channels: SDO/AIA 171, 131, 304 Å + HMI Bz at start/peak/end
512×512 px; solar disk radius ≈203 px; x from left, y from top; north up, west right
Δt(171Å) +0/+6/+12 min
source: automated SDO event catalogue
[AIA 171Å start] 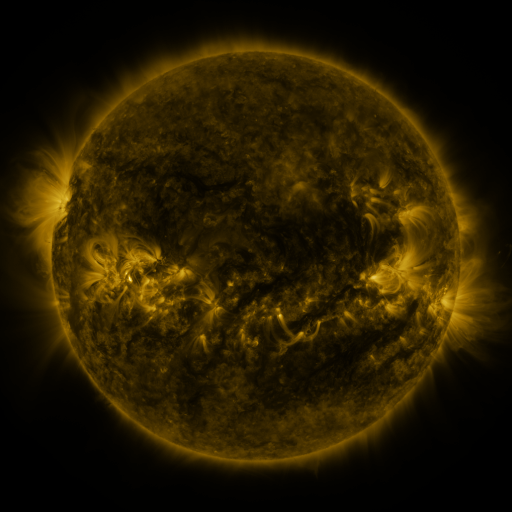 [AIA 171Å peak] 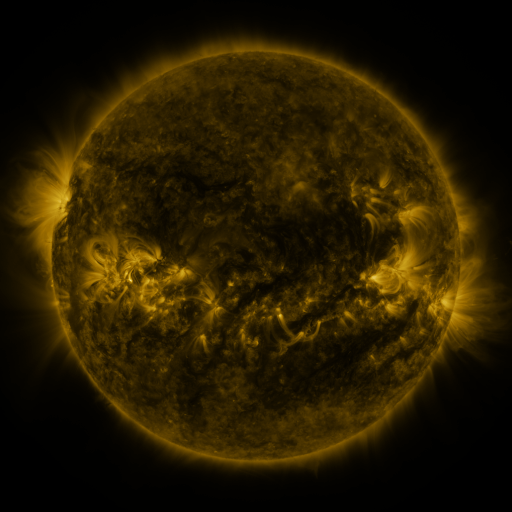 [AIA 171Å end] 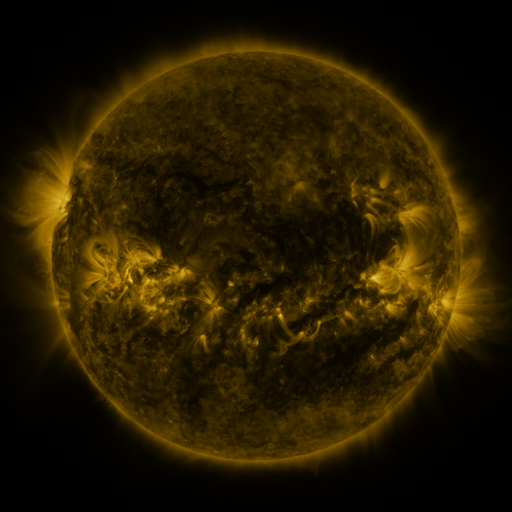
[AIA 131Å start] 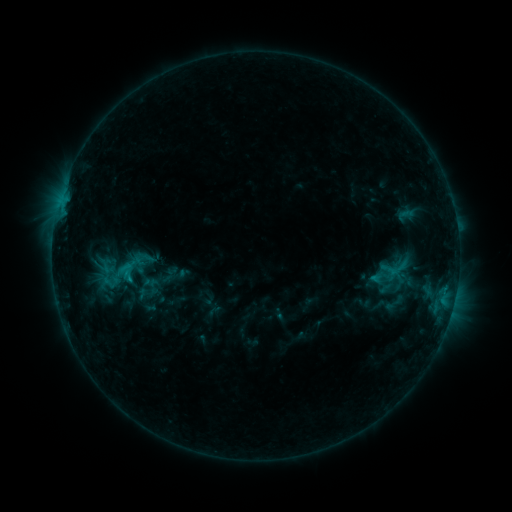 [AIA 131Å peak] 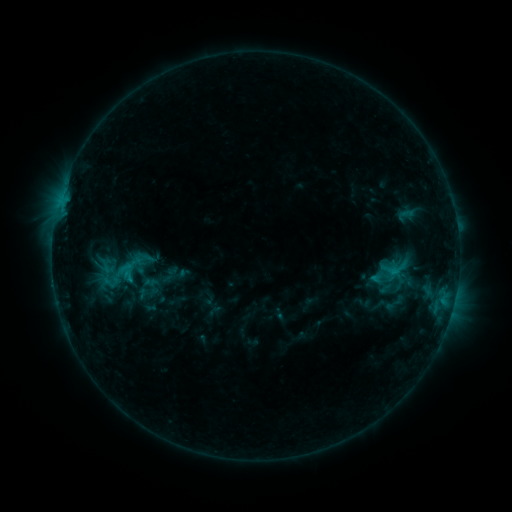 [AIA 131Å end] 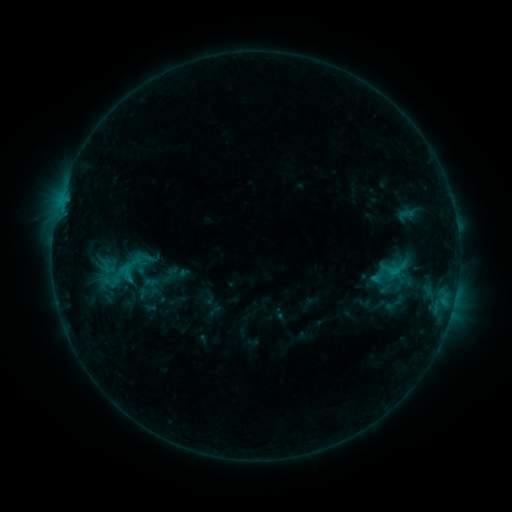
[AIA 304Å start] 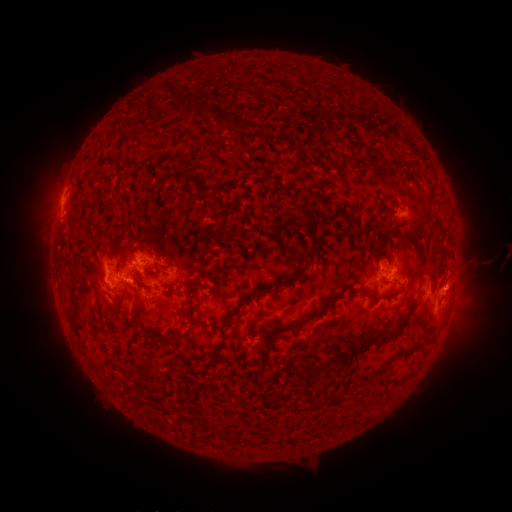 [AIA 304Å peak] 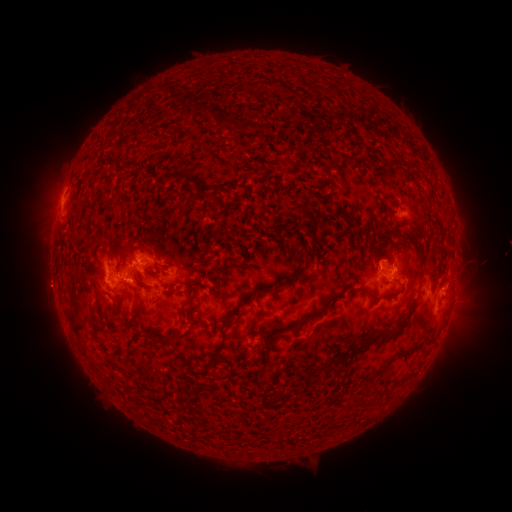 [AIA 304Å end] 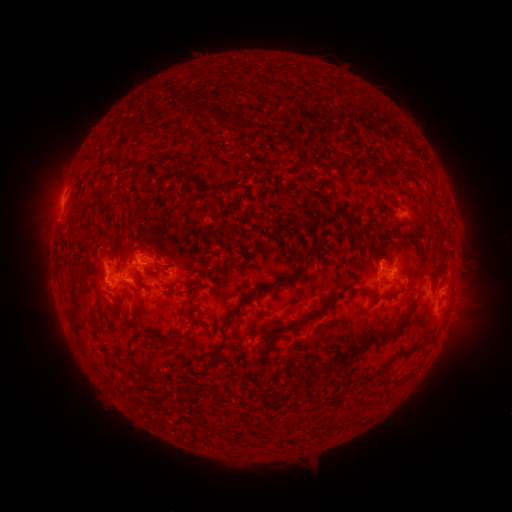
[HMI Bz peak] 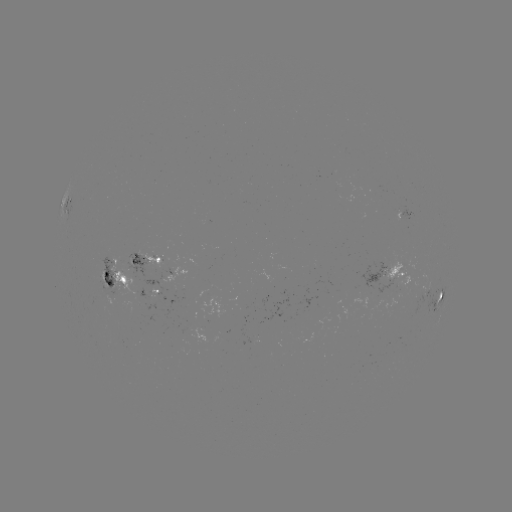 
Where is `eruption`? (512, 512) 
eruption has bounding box [20, 258, 79, 313].